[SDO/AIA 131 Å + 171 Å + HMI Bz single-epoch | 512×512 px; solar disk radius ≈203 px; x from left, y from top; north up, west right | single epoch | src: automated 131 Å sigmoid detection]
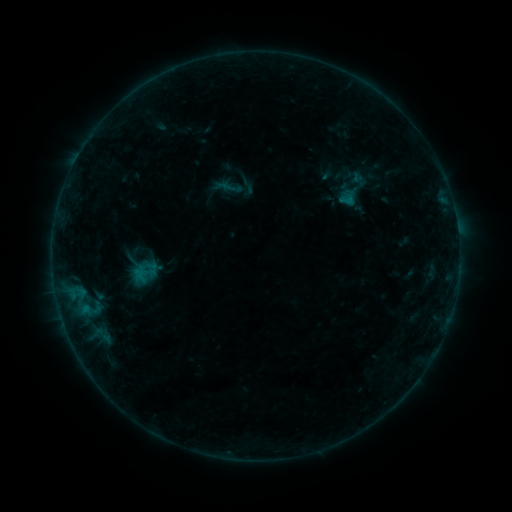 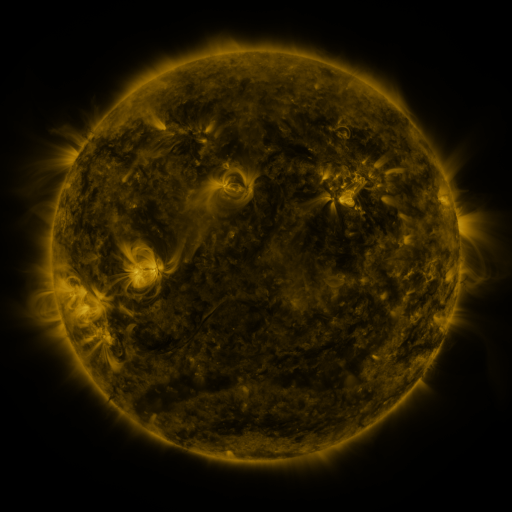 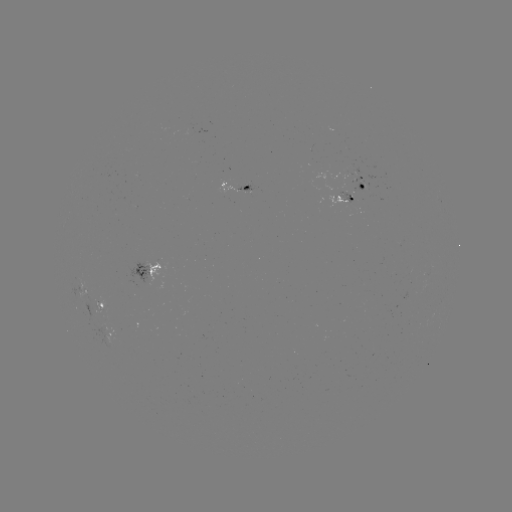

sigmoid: <bbox>222, 177, 243, 199</bbox>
